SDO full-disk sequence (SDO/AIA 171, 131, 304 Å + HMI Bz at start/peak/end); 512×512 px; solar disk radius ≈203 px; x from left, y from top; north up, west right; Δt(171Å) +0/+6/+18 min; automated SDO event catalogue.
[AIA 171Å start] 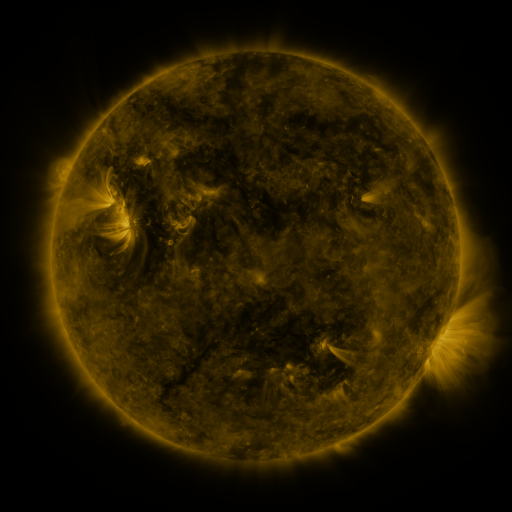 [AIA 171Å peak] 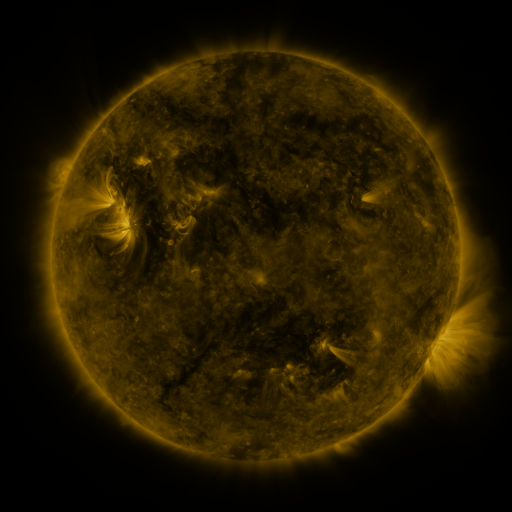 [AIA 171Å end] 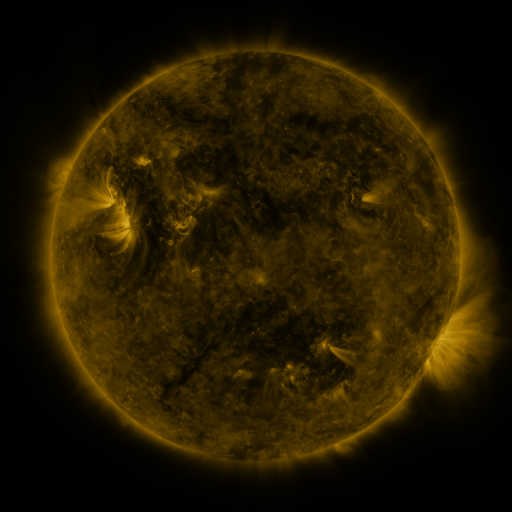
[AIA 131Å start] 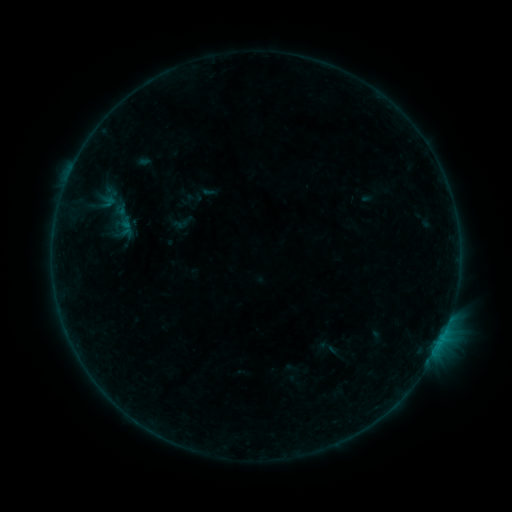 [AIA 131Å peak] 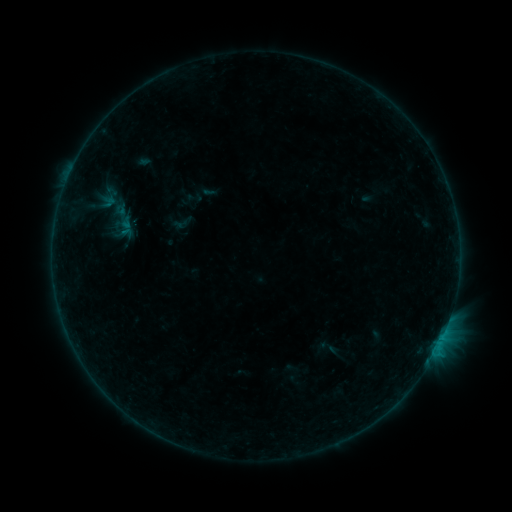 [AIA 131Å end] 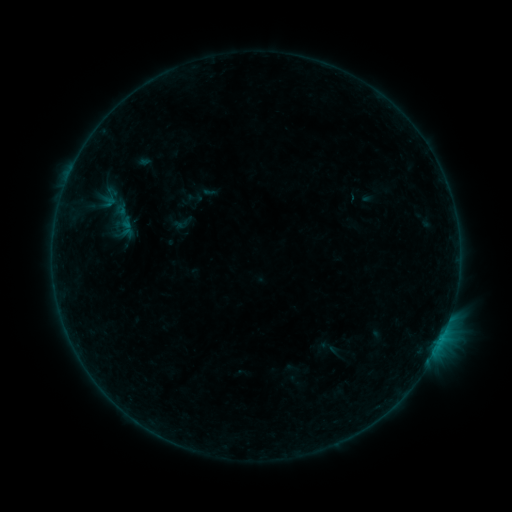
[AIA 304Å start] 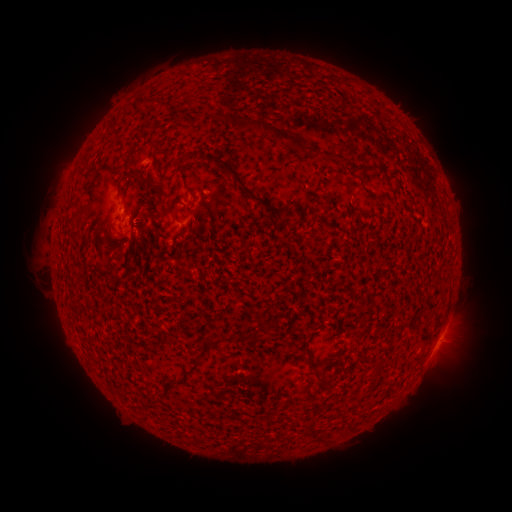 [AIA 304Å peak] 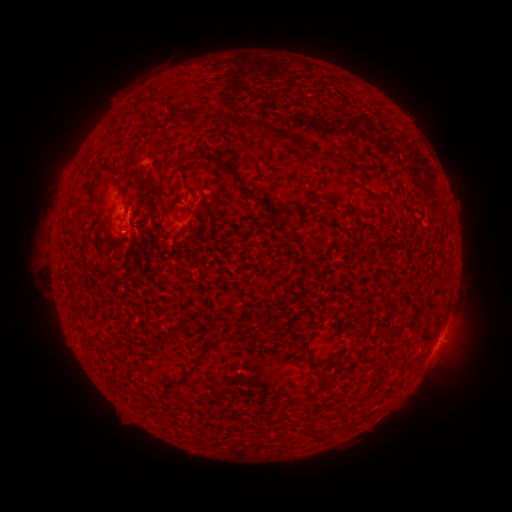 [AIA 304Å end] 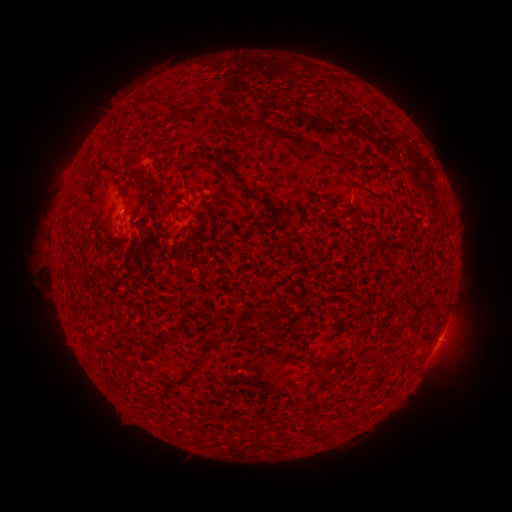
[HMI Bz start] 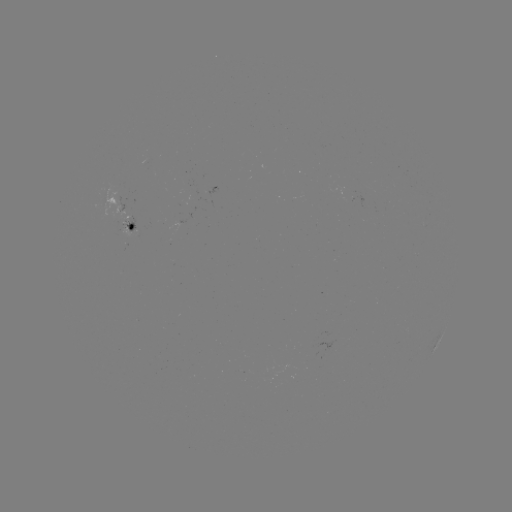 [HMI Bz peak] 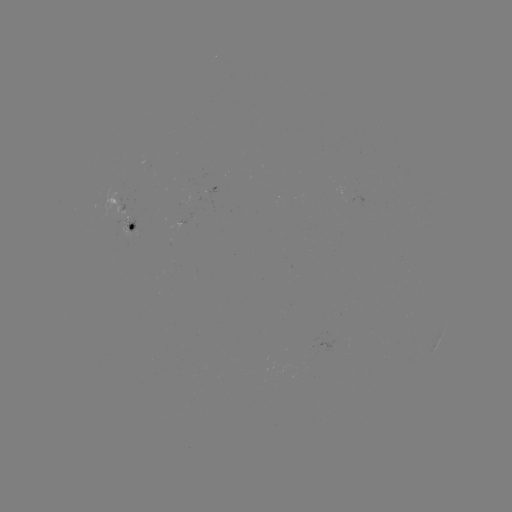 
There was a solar flare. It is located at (130, 215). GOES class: B2.8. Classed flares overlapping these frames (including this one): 1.